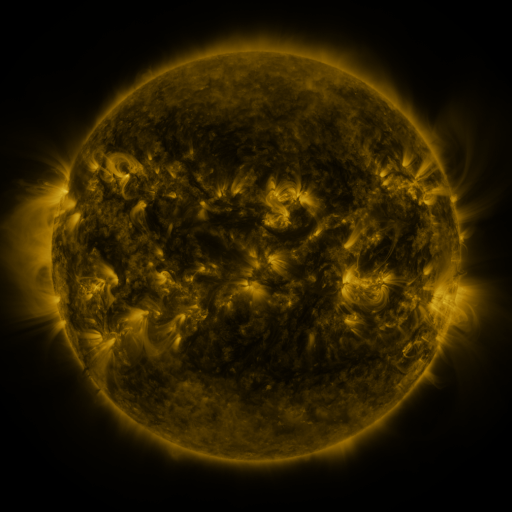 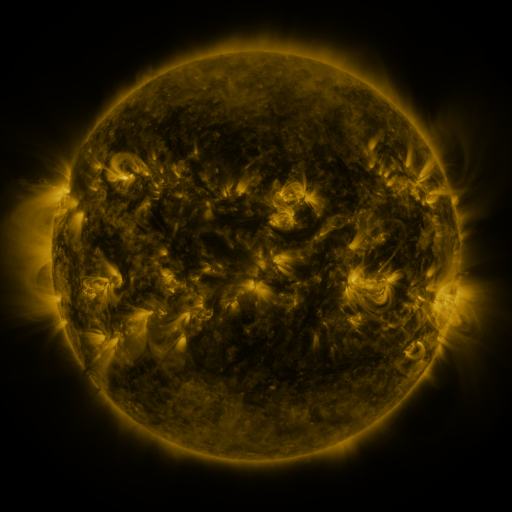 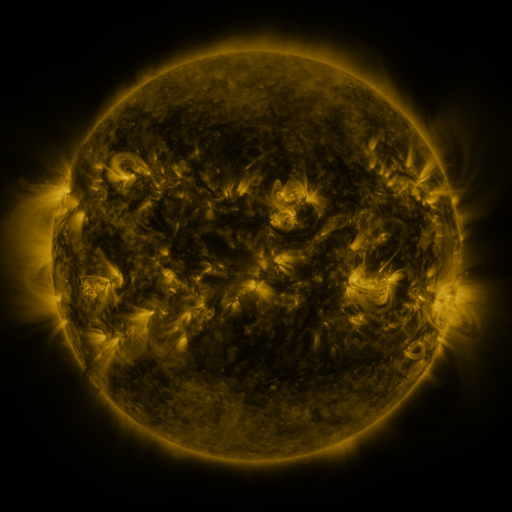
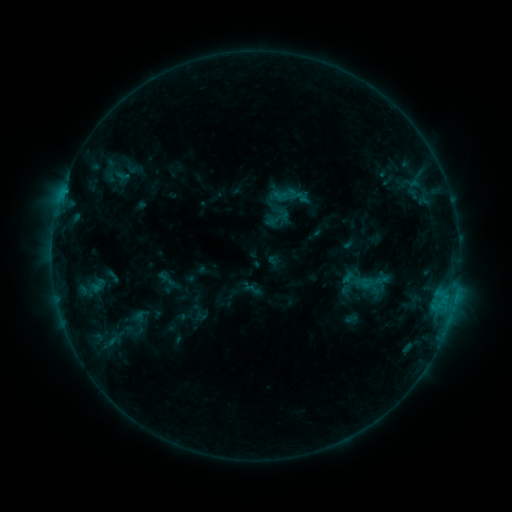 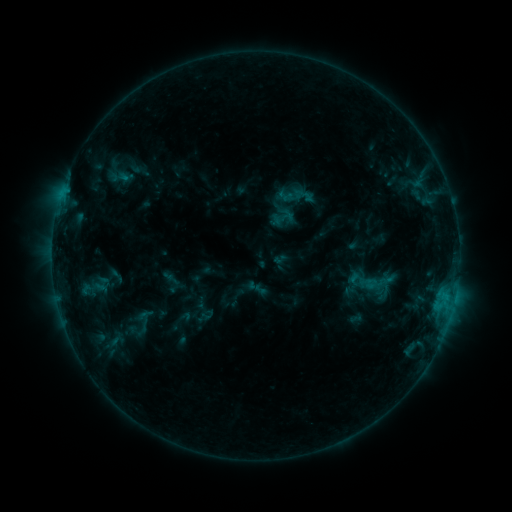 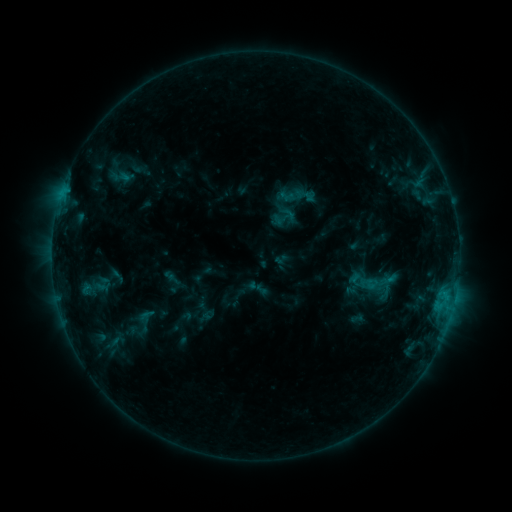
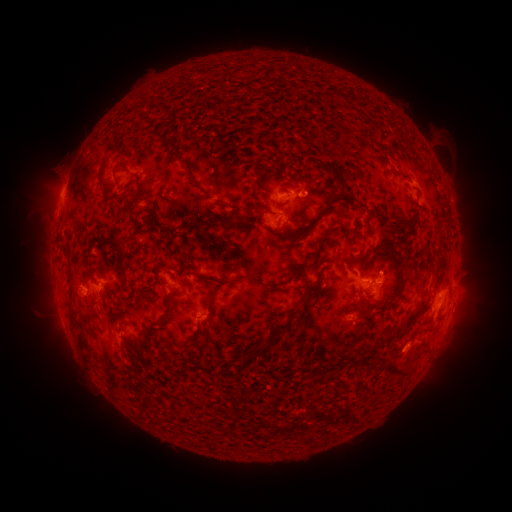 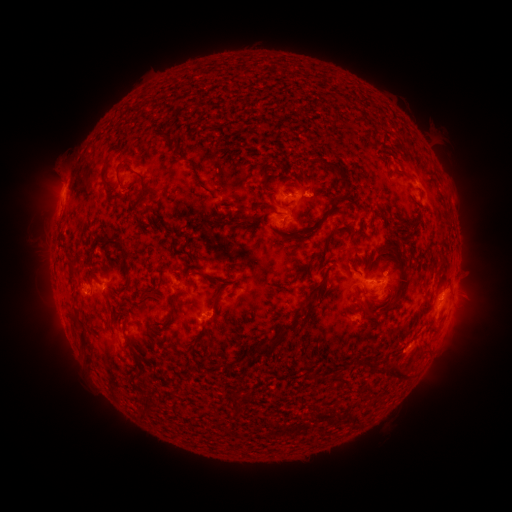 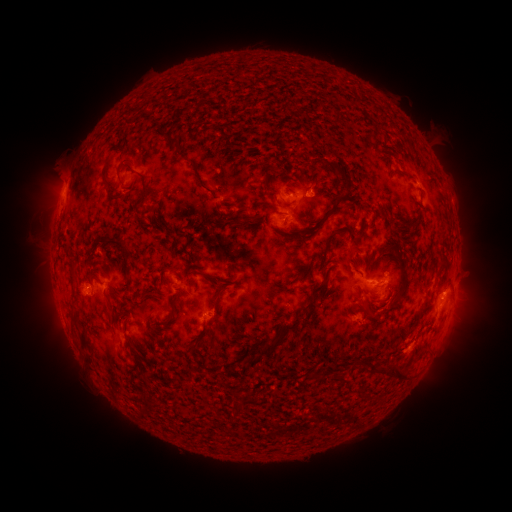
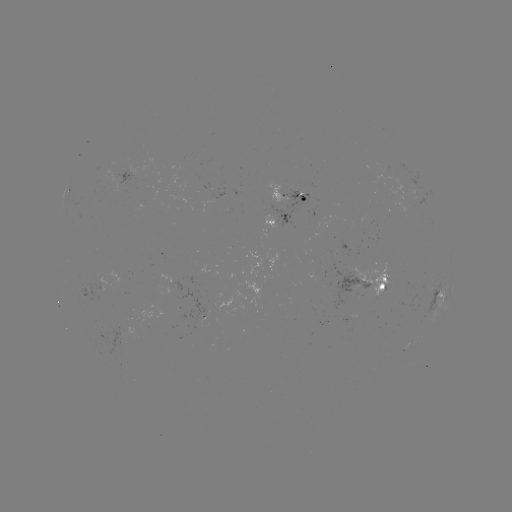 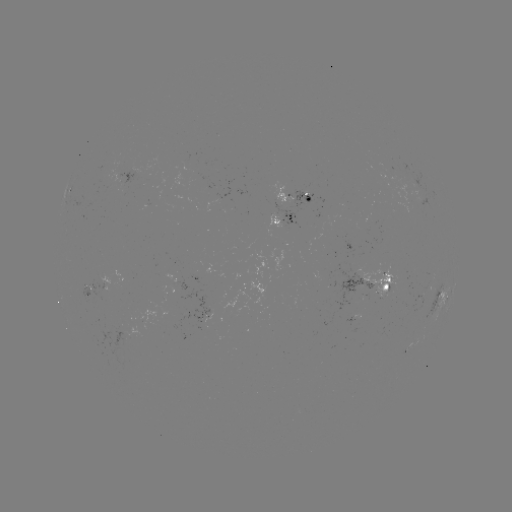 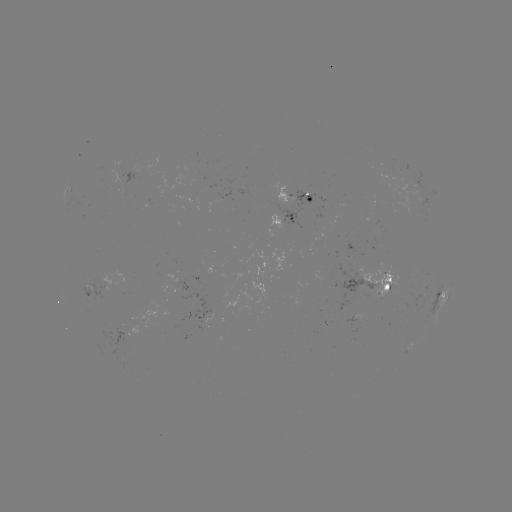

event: emerging-flux region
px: (88, 290)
